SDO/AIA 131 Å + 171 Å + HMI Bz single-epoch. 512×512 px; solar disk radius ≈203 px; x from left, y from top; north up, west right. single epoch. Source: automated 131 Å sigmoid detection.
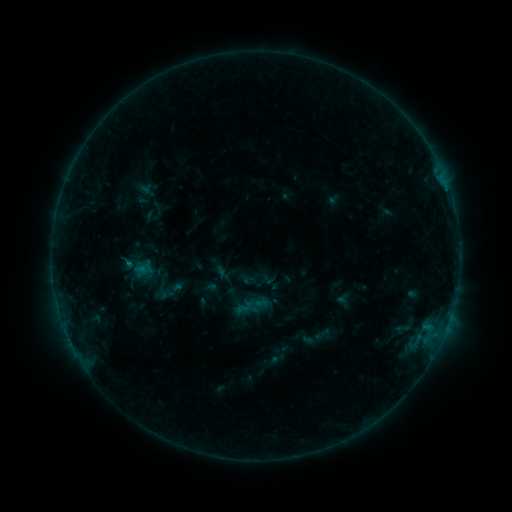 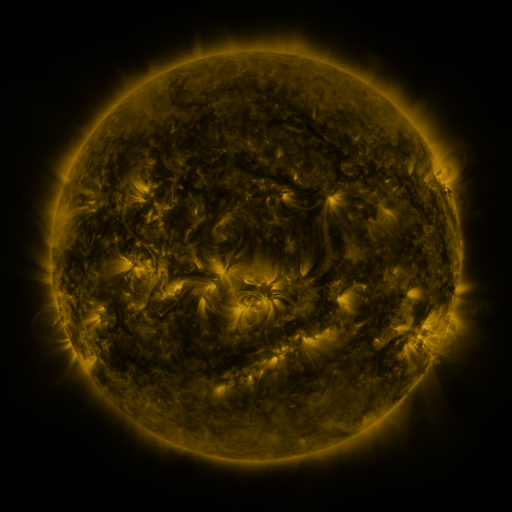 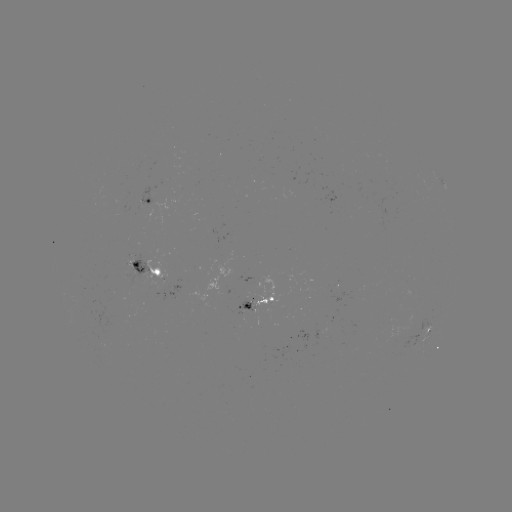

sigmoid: (235, 298, 254, 316)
